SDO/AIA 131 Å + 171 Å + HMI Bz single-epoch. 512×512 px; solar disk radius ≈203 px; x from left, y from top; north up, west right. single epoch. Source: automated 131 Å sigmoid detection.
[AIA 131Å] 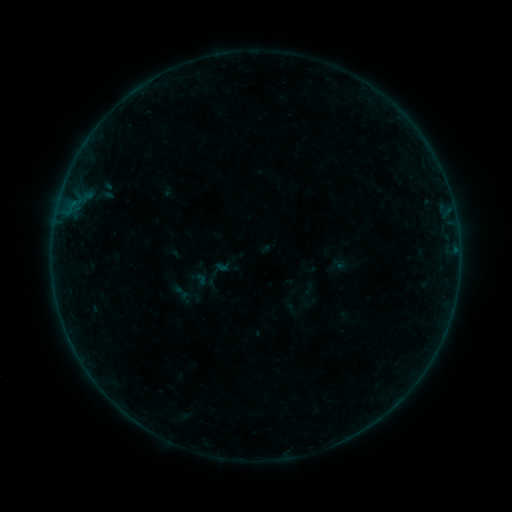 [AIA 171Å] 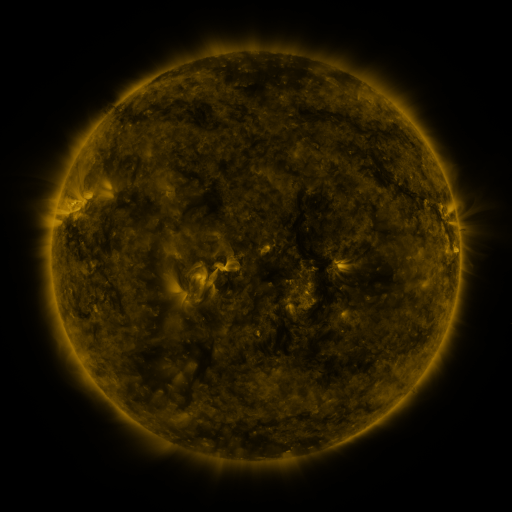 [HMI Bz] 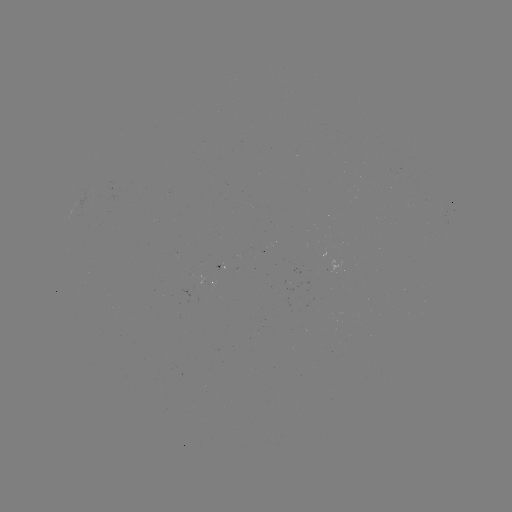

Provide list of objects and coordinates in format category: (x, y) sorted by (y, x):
sigmoid: (181, 292)
